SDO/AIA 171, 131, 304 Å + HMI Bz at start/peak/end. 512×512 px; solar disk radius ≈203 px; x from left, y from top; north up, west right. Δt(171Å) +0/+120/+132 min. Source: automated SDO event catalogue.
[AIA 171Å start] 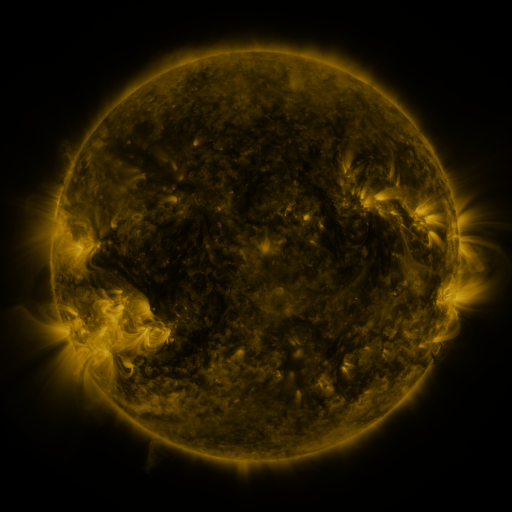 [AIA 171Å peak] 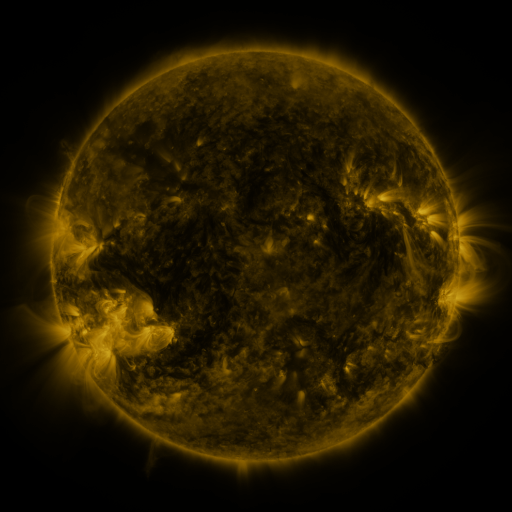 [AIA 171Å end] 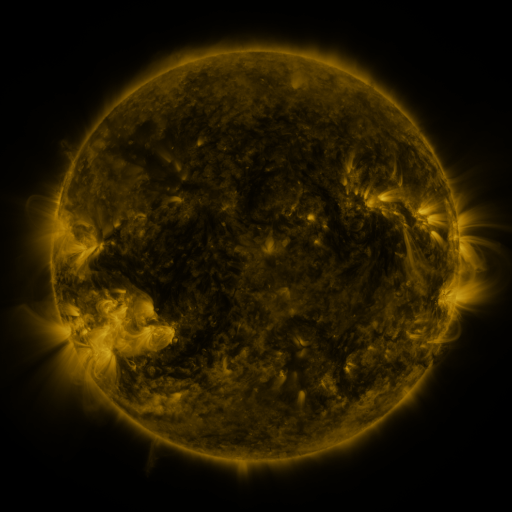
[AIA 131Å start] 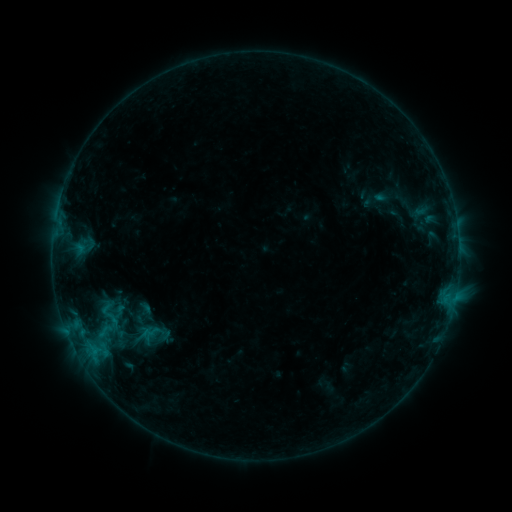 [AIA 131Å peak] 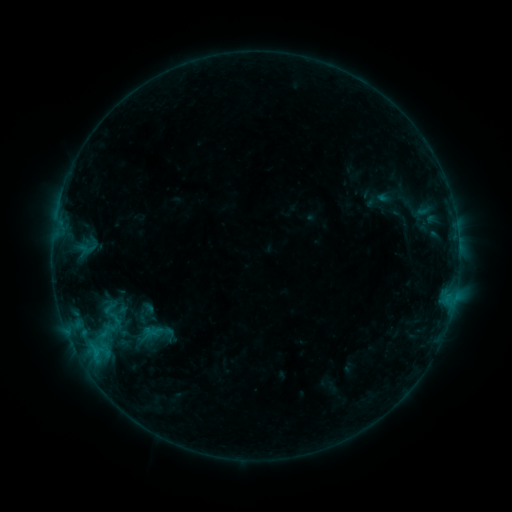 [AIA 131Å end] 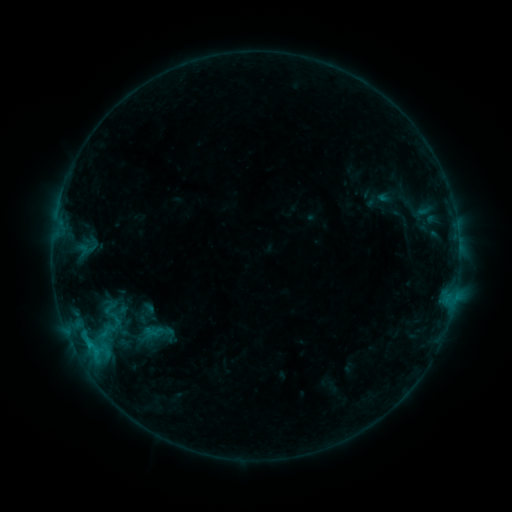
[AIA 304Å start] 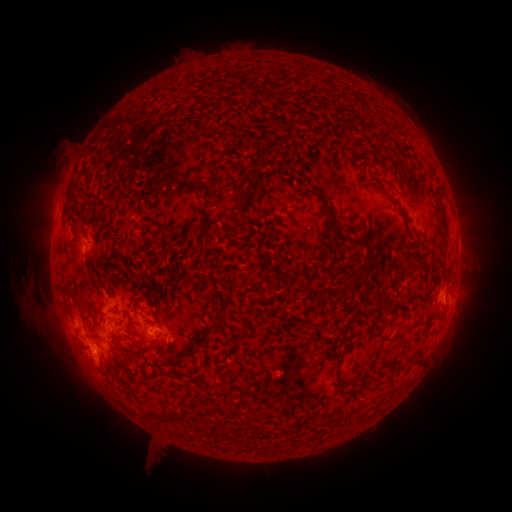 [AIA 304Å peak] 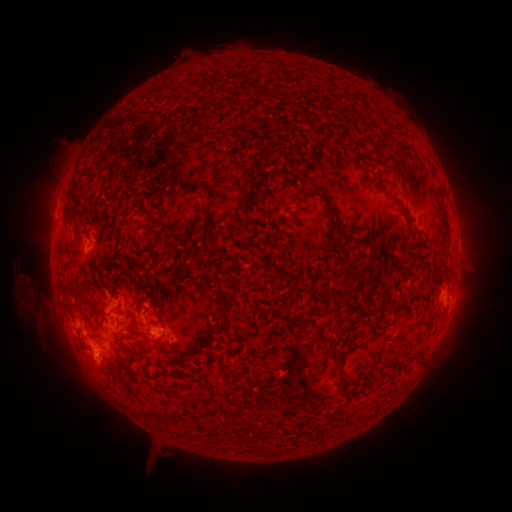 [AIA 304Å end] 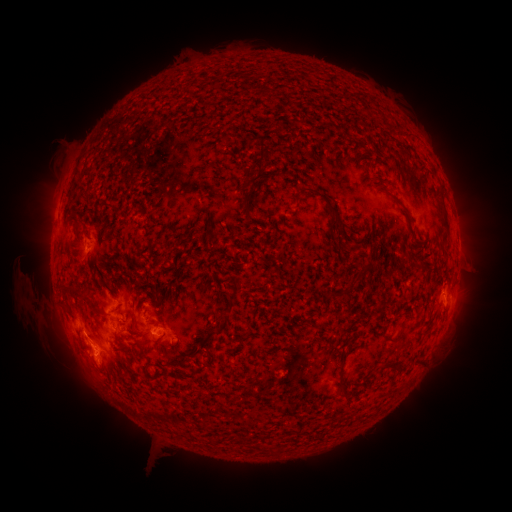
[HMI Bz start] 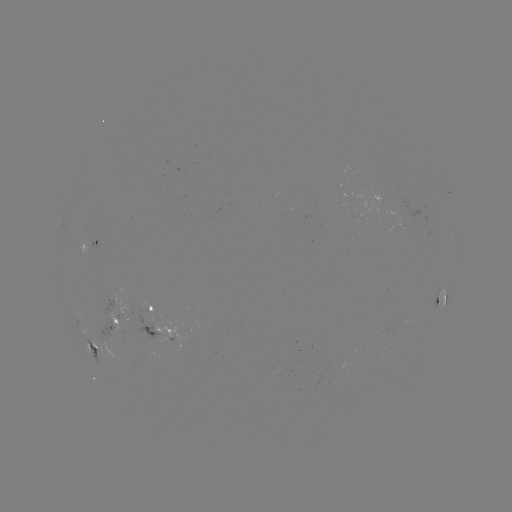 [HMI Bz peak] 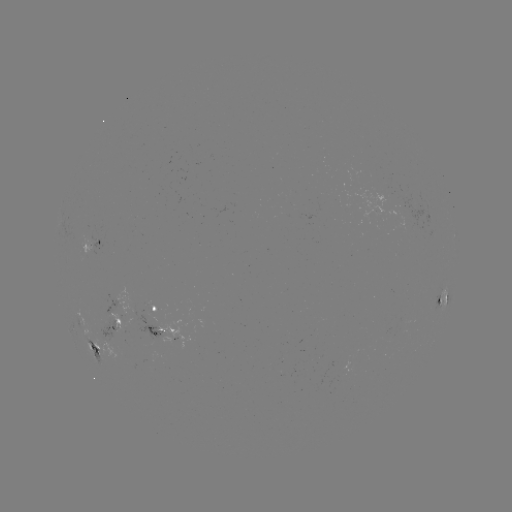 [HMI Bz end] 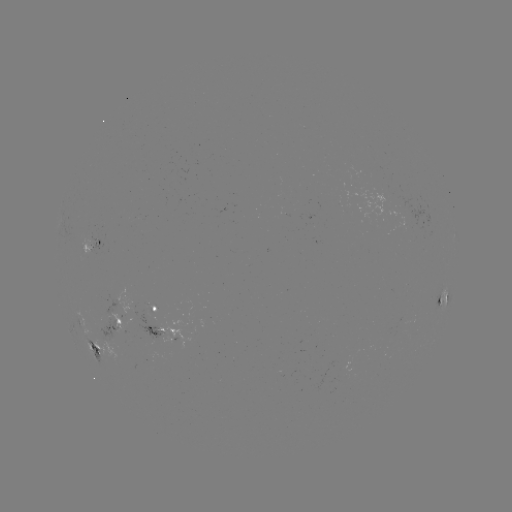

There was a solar emerging-flux region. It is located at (118, 339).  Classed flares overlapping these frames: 1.